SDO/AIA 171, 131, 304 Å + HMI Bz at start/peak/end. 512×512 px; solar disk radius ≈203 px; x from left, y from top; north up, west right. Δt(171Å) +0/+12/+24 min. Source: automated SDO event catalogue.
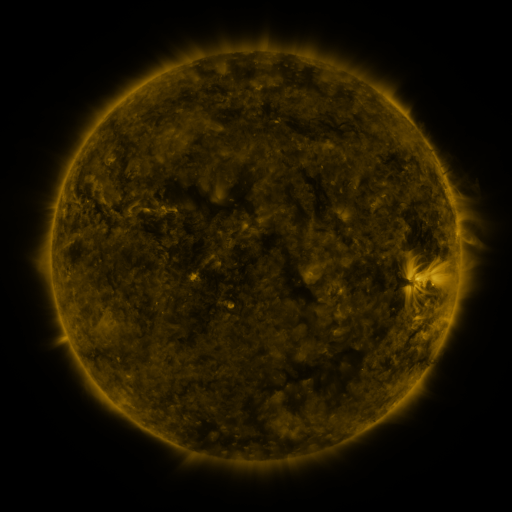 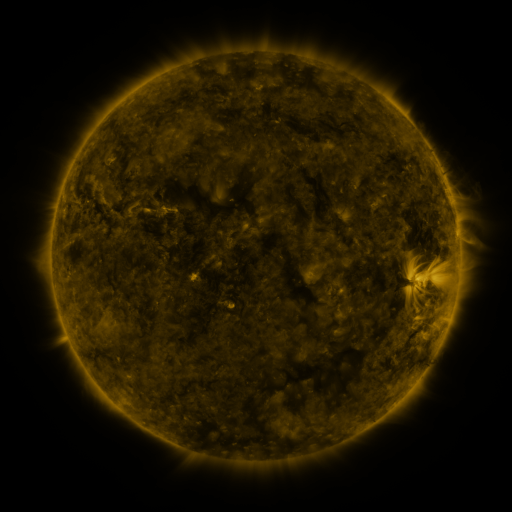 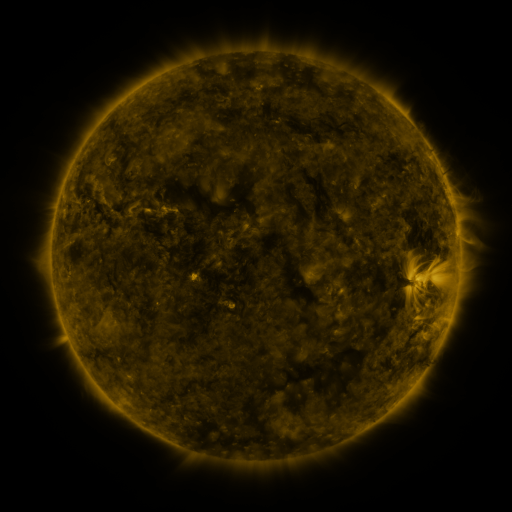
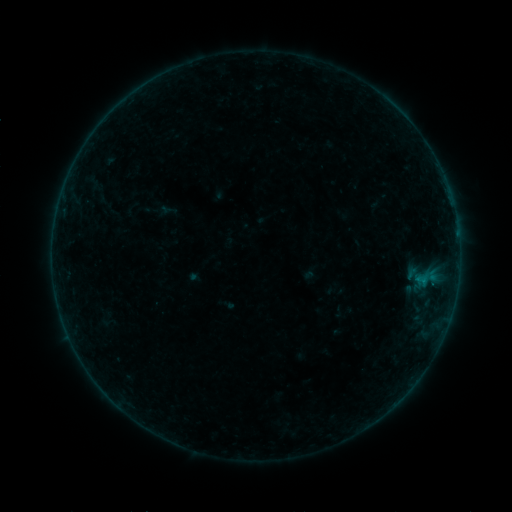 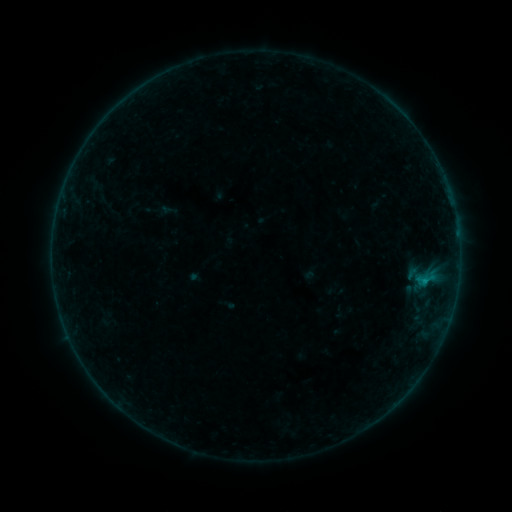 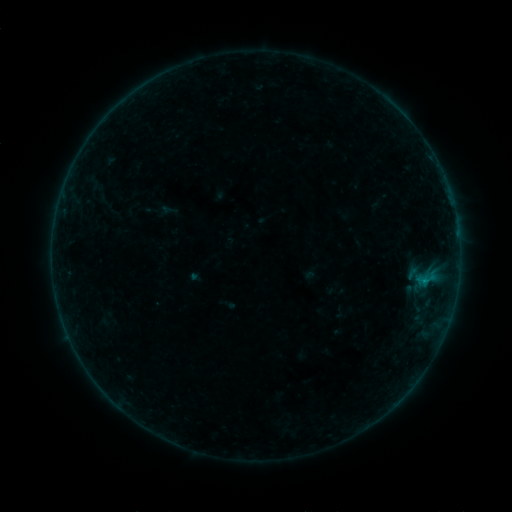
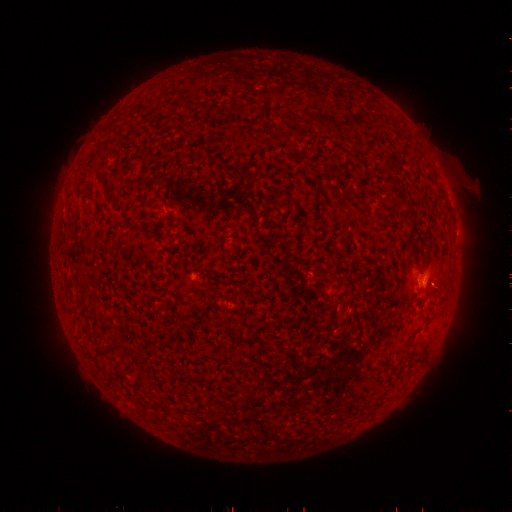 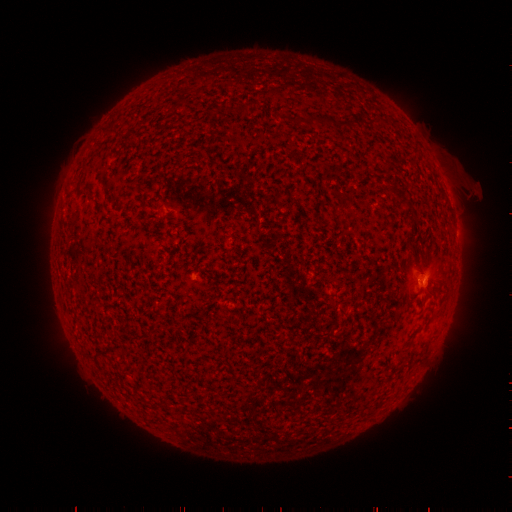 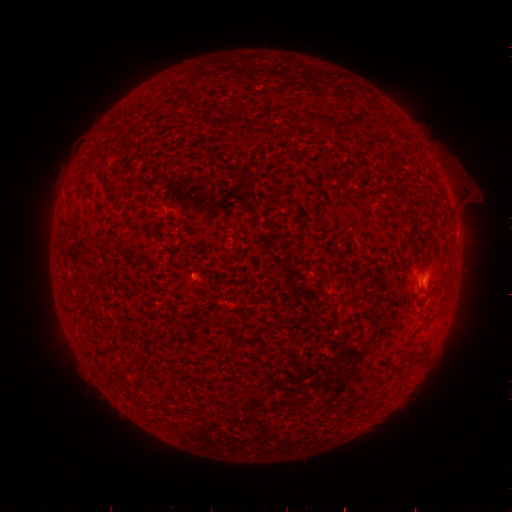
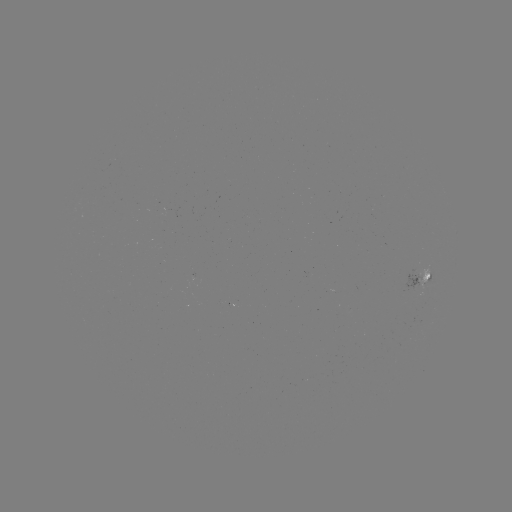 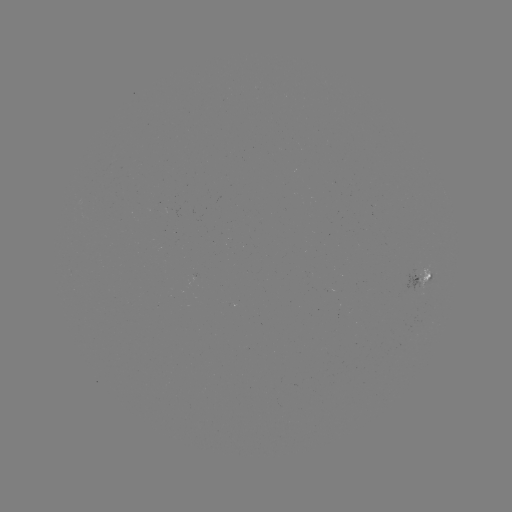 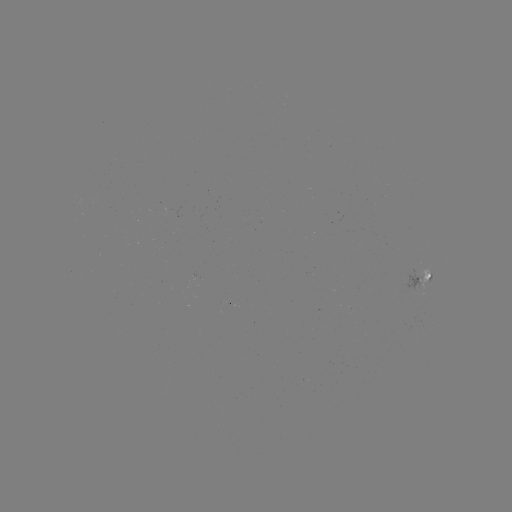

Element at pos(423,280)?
B3.6 flare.